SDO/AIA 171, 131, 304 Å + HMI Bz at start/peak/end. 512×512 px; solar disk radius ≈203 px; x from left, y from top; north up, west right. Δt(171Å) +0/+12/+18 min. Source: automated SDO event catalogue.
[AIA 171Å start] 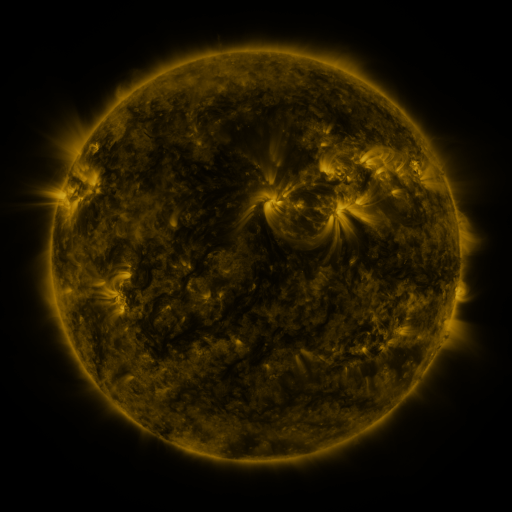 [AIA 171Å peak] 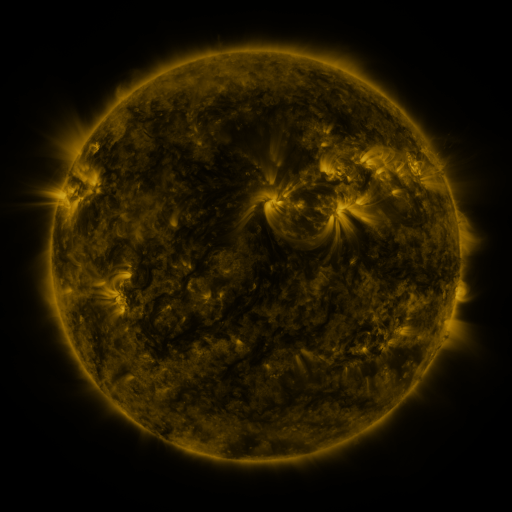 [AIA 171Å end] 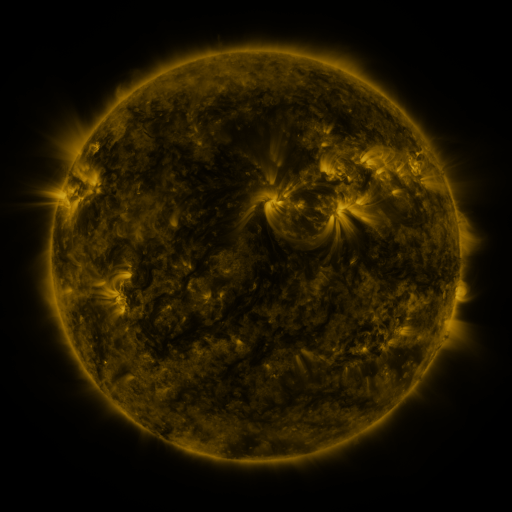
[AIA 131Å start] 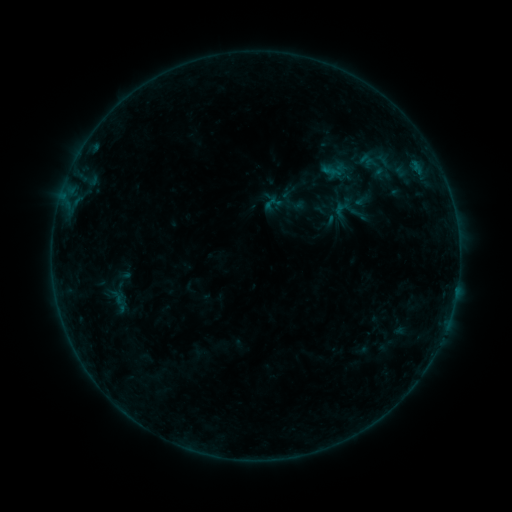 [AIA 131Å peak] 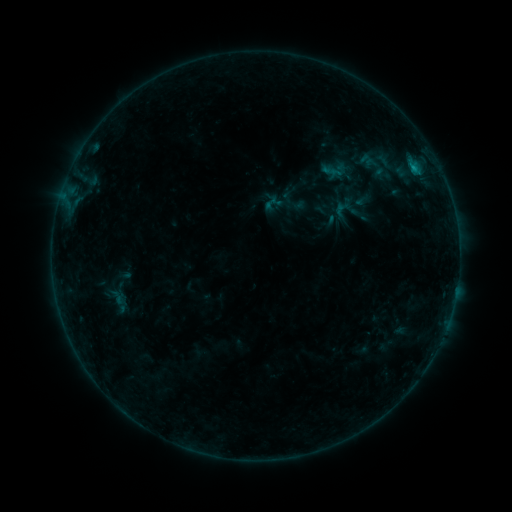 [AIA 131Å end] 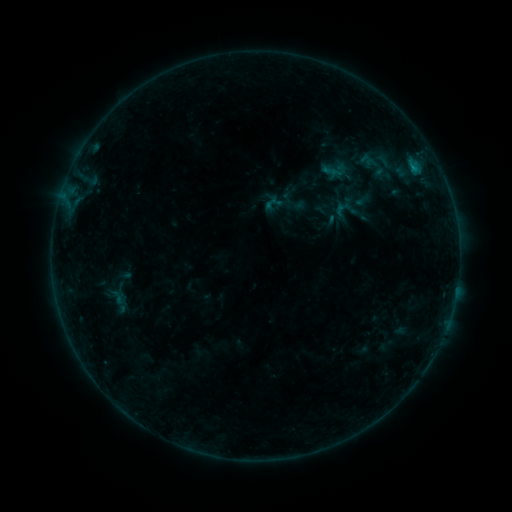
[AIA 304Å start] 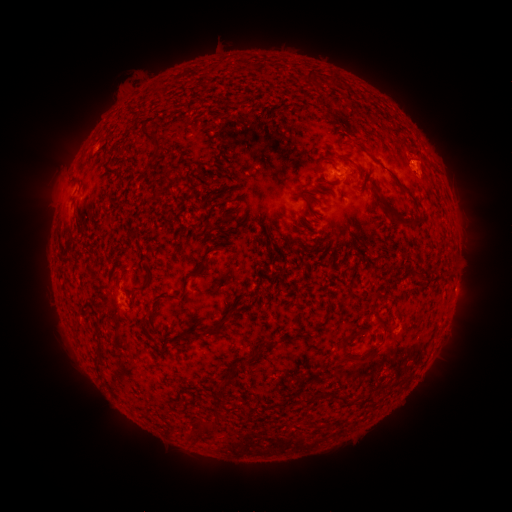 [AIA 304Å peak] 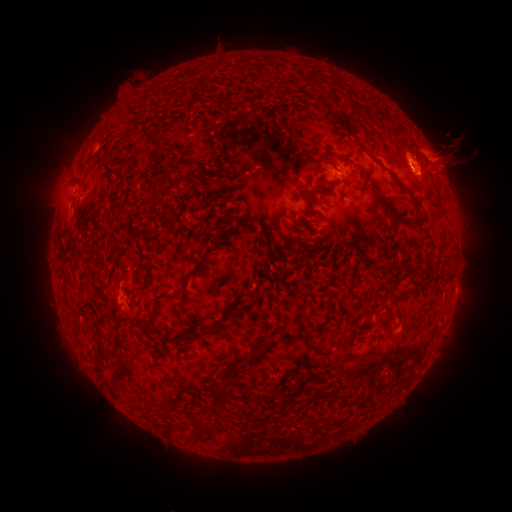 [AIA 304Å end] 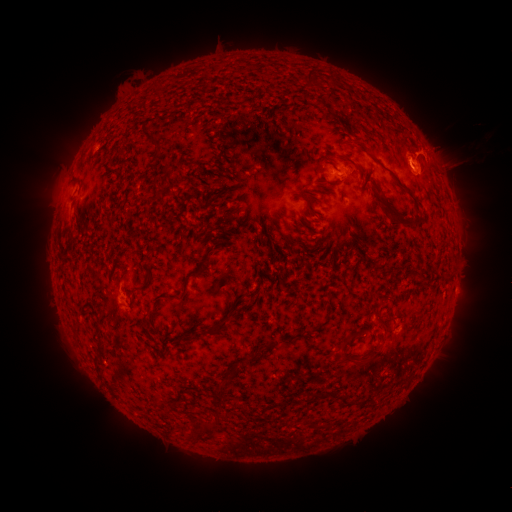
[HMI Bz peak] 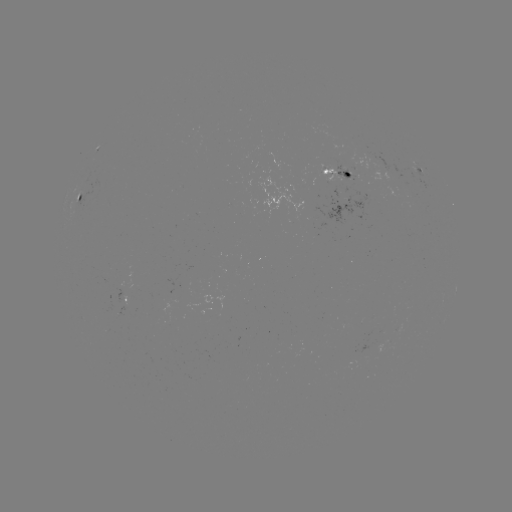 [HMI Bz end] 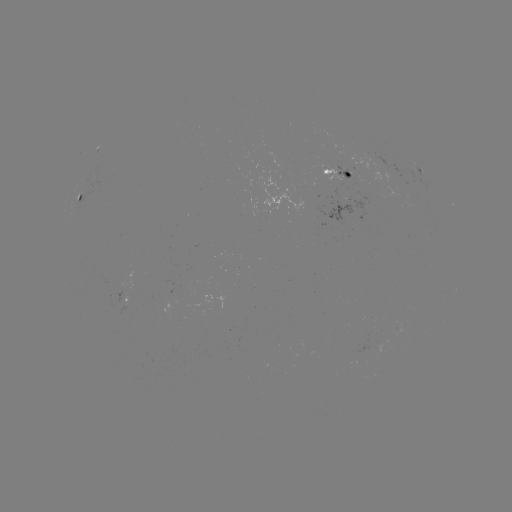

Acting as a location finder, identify B5.8 flare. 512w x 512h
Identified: (412, 167).